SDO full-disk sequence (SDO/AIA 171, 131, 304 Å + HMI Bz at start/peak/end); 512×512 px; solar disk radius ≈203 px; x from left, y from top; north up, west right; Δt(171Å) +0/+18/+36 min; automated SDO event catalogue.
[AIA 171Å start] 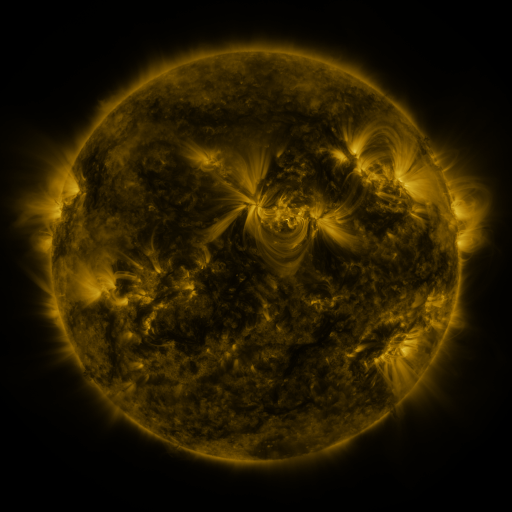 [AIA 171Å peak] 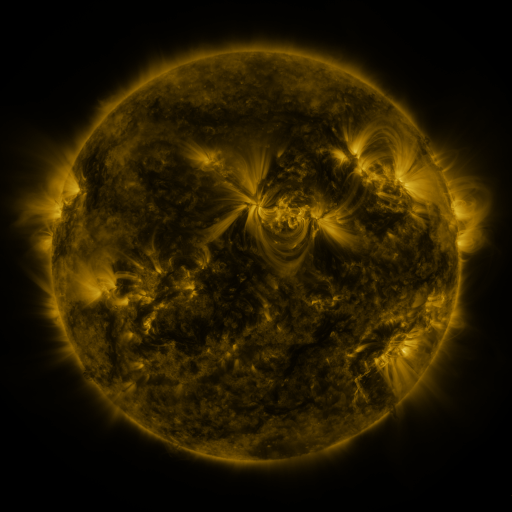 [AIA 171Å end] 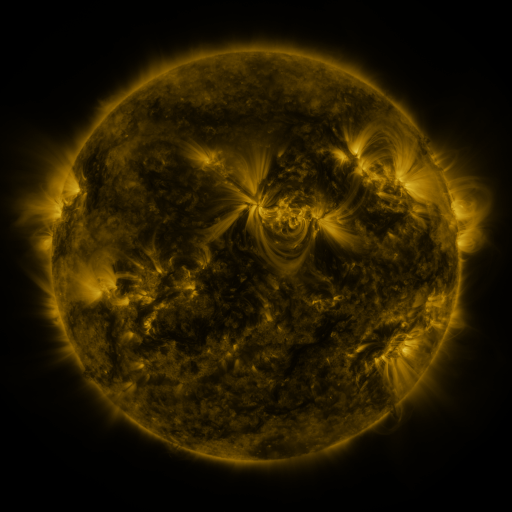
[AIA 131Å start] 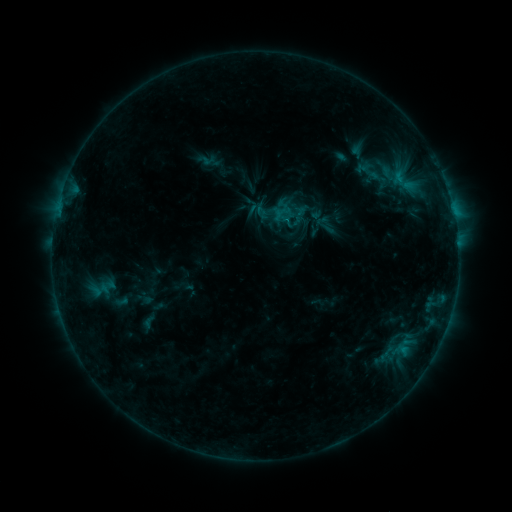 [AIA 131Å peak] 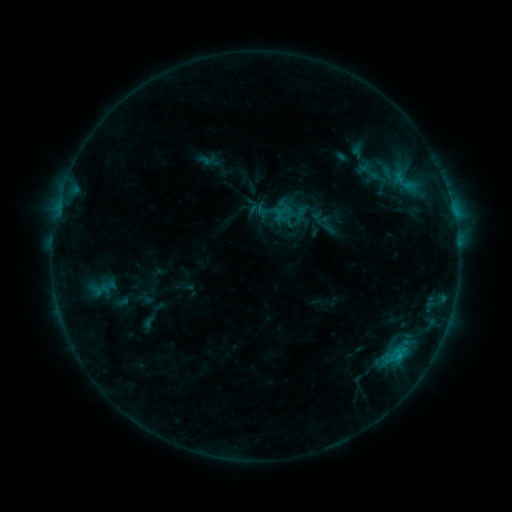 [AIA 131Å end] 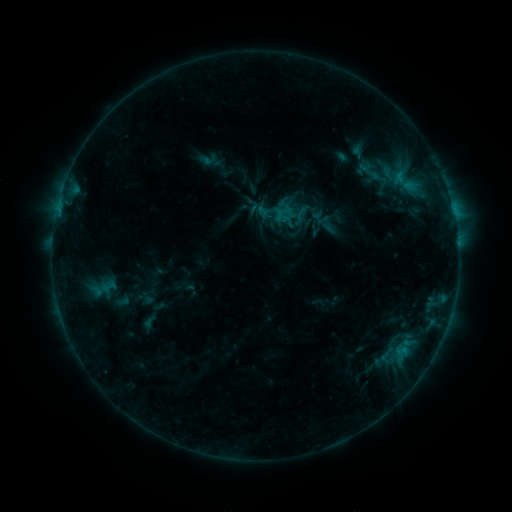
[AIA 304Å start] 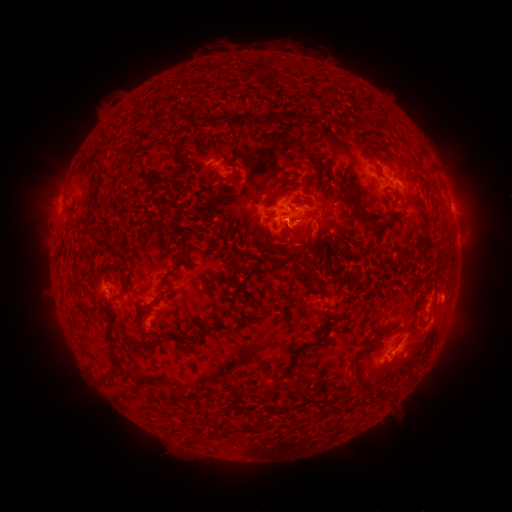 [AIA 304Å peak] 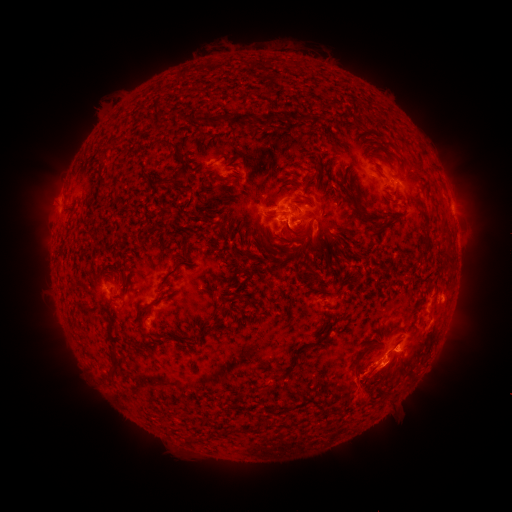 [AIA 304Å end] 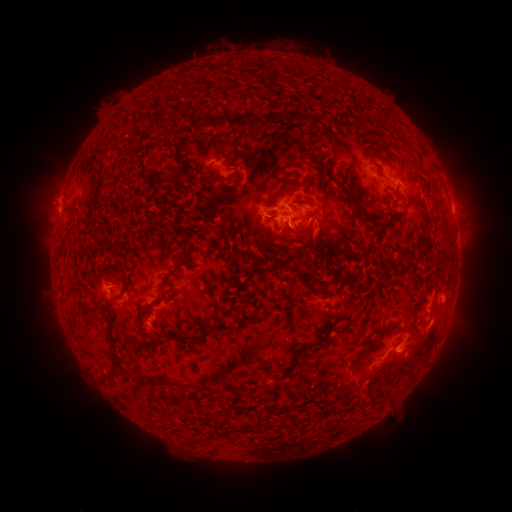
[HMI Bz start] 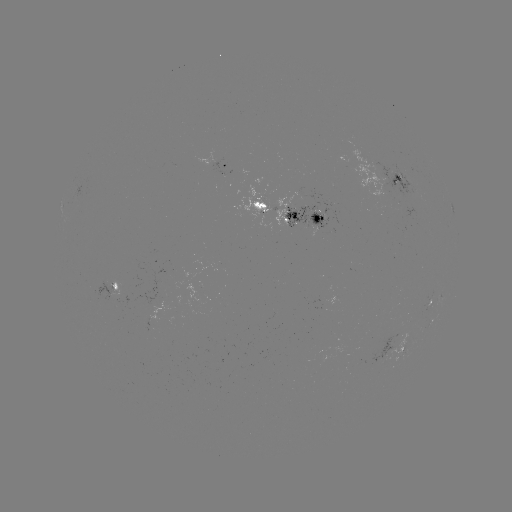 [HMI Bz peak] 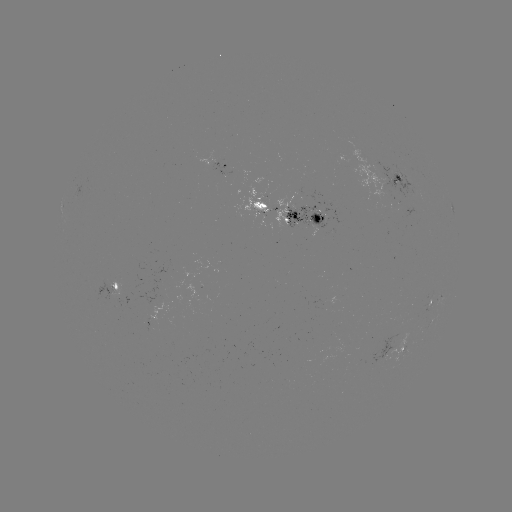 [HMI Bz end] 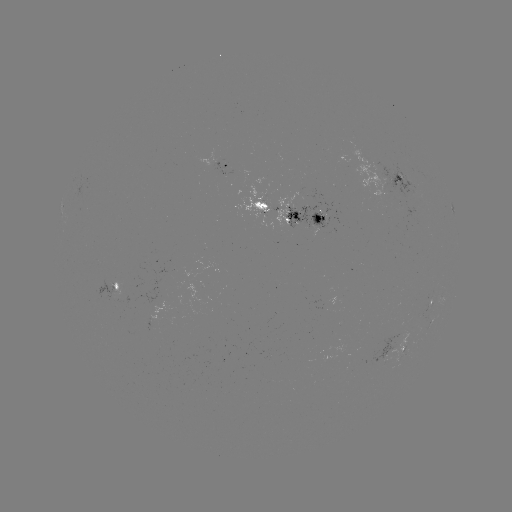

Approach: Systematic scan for eruption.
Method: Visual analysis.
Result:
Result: eruption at [383, 386].